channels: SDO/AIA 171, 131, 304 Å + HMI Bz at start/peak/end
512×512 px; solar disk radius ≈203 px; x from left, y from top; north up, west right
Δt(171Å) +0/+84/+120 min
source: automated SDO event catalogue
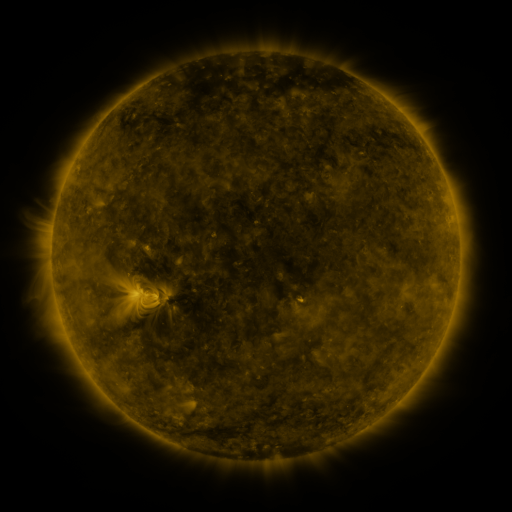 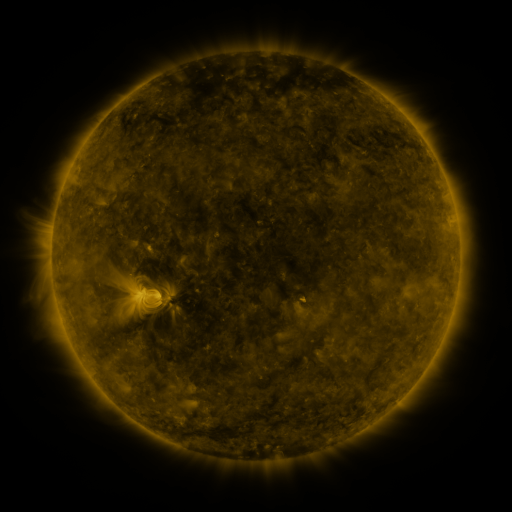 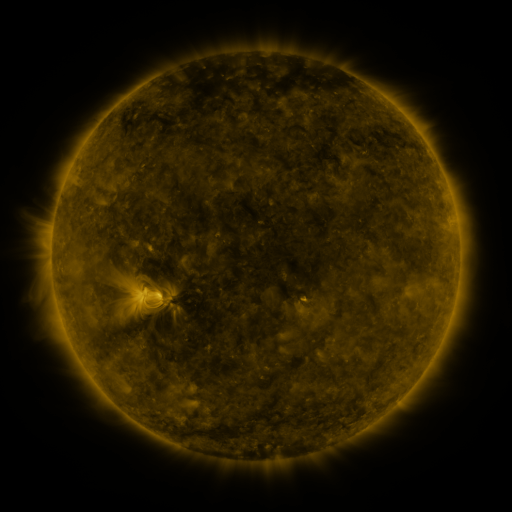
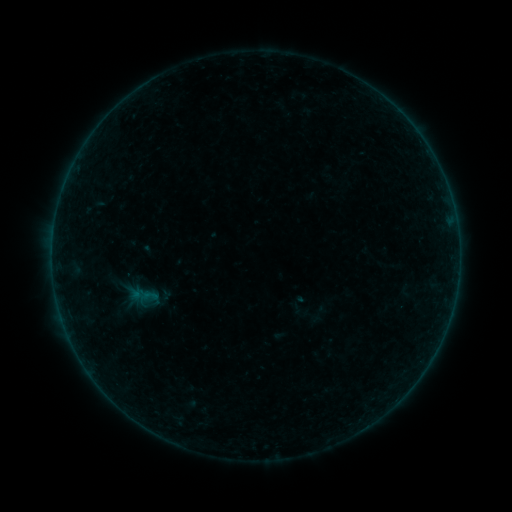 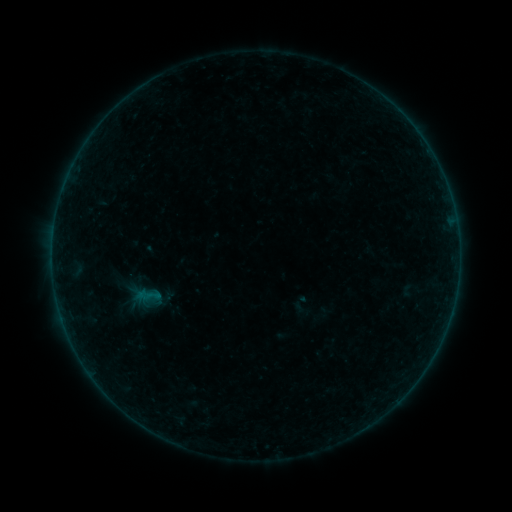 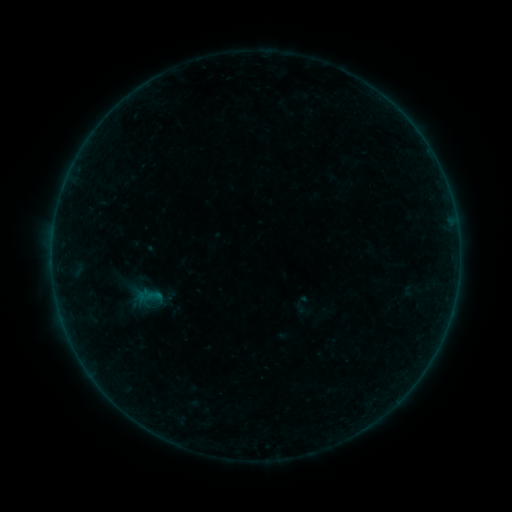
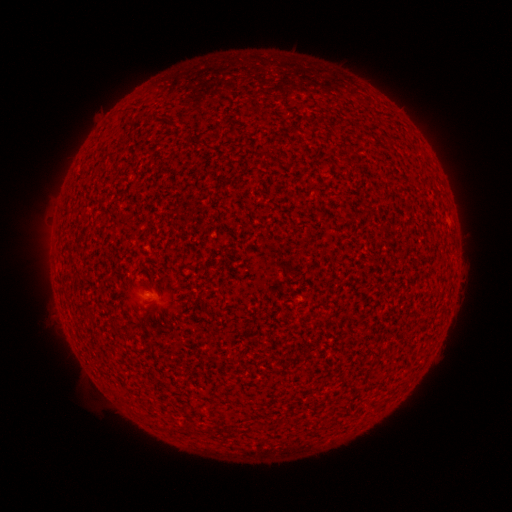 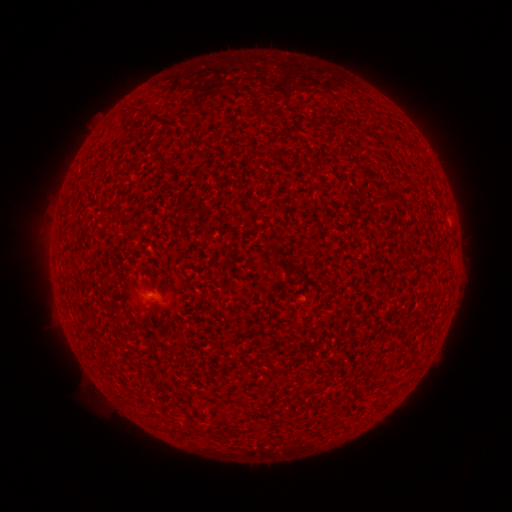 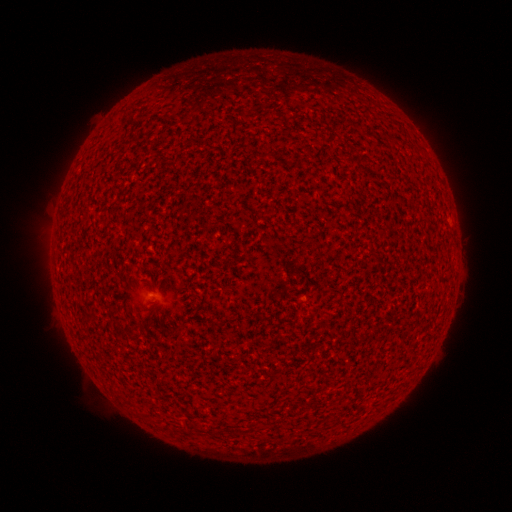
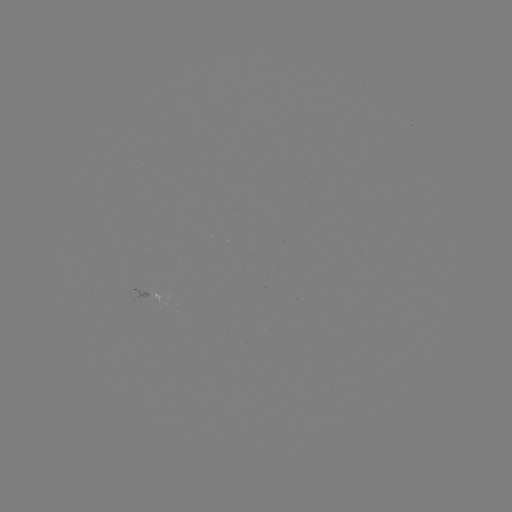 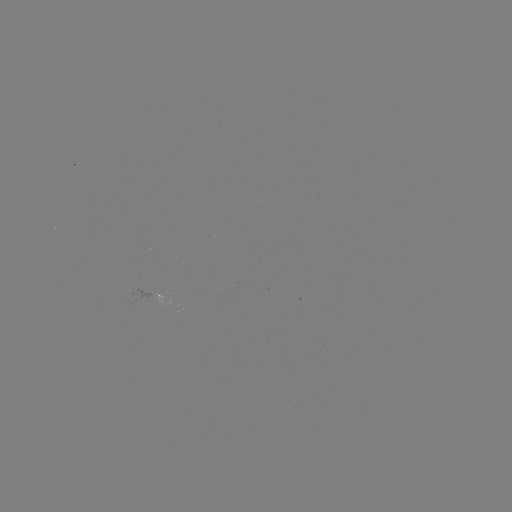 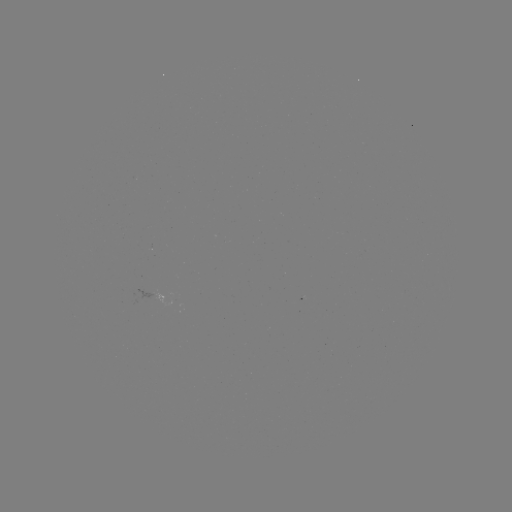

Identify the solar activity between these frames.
emerging-flux region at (149, 292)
